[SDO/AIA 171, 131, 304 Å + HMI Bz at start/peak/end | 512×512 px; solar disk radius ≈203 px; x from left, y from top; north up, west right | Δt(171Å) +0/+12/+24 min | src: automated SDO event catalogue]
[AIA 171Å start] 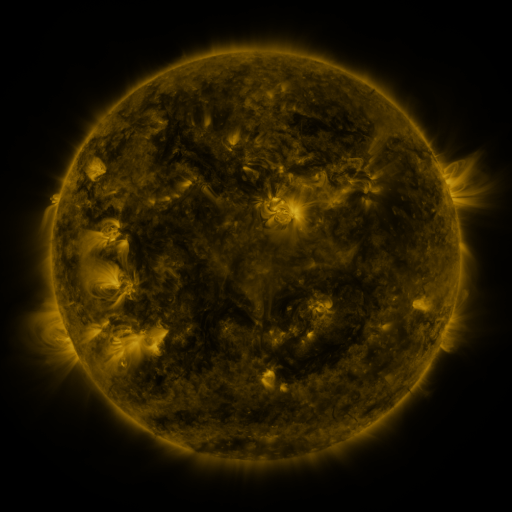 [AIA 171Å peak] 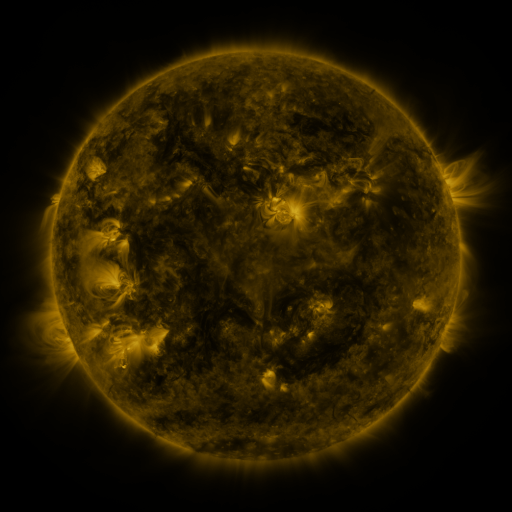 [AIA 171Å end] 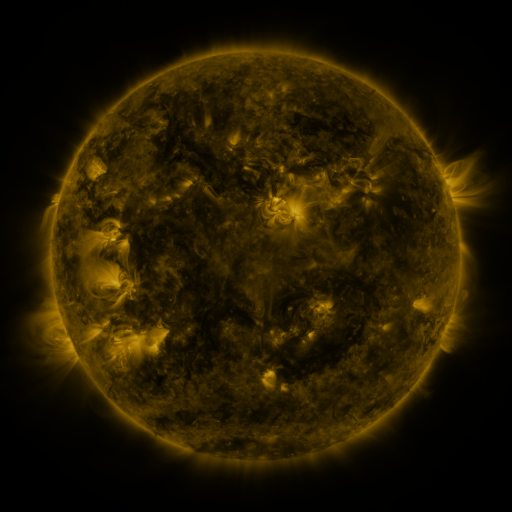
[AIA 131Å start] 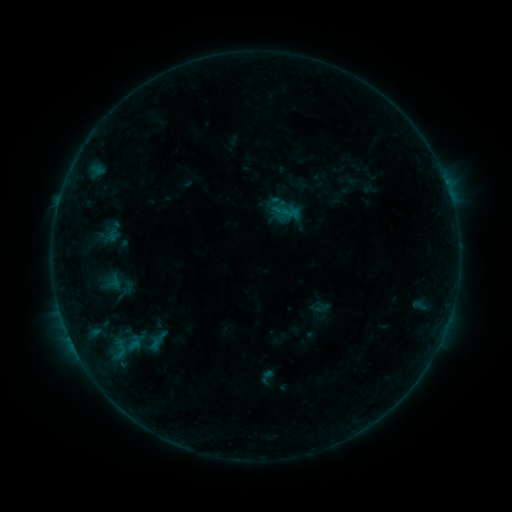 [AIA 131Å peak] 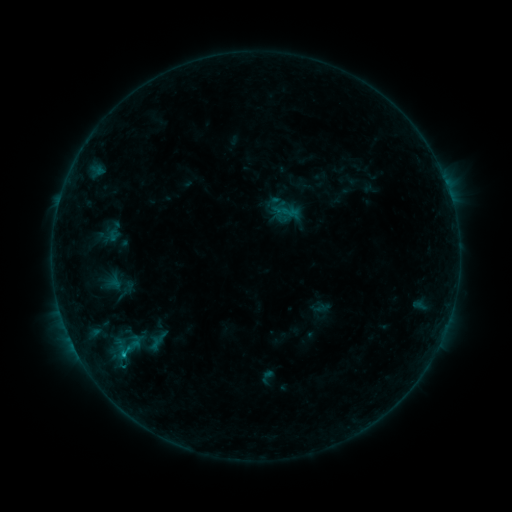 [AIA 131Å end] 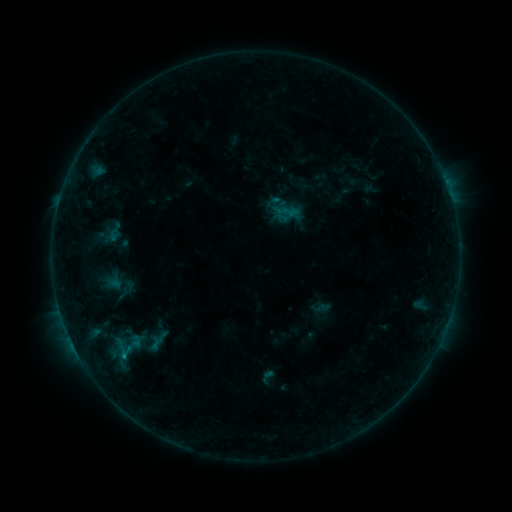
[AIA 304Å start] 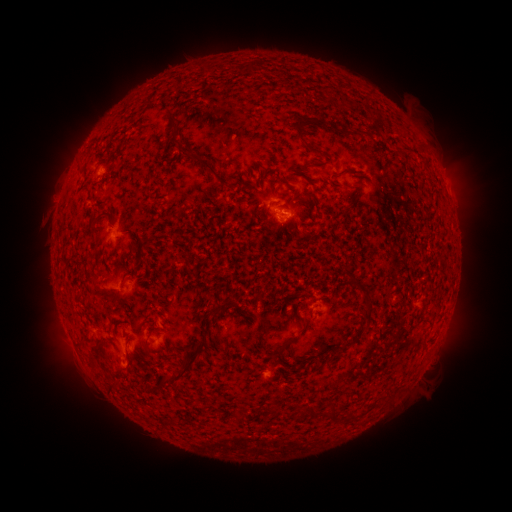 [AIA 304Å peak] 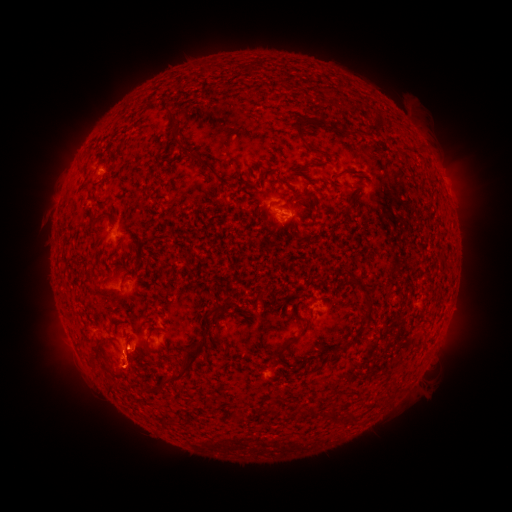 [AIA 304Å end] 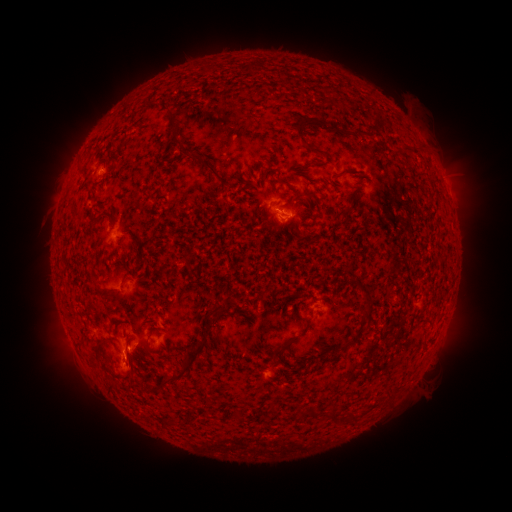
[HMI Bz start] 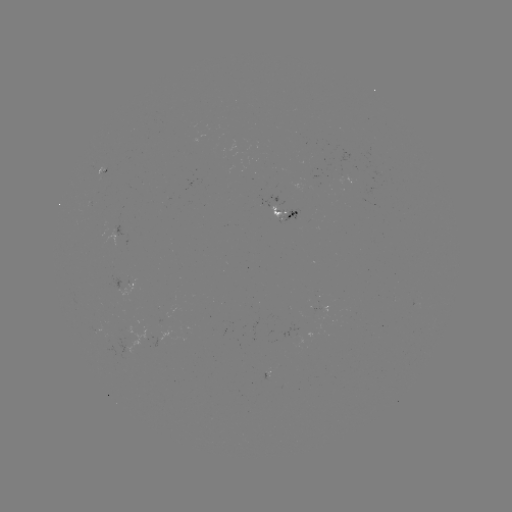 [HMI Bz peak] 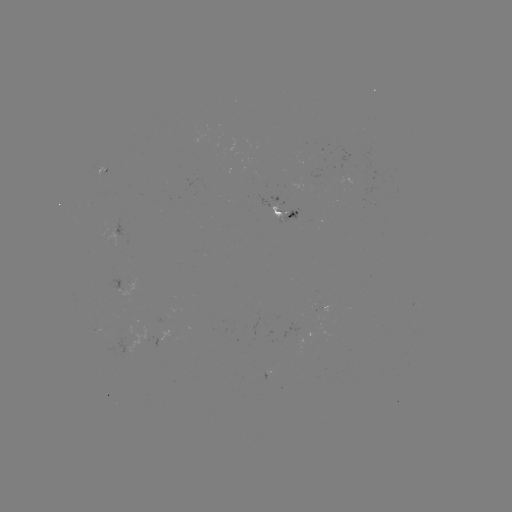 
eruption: <bbox>100, 338, 156, 399</bbox>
